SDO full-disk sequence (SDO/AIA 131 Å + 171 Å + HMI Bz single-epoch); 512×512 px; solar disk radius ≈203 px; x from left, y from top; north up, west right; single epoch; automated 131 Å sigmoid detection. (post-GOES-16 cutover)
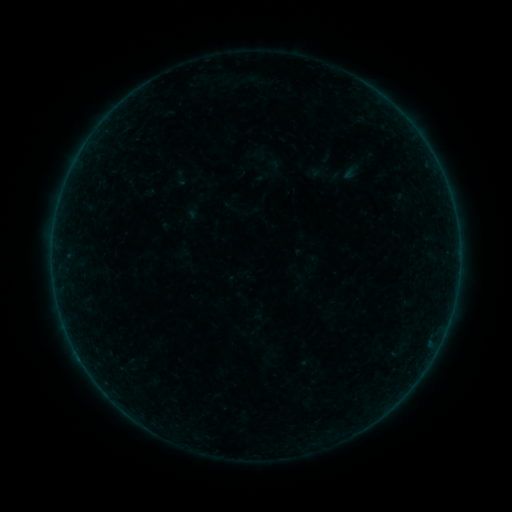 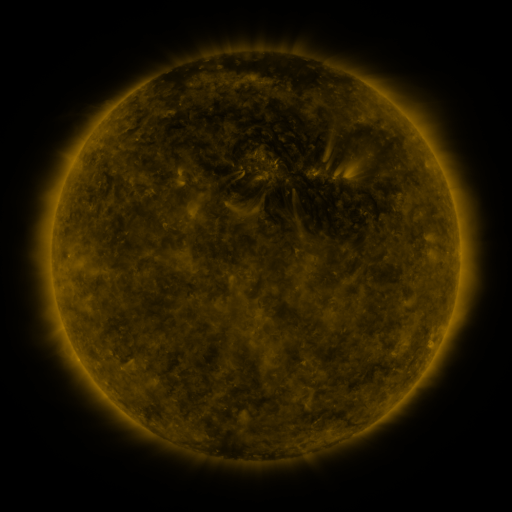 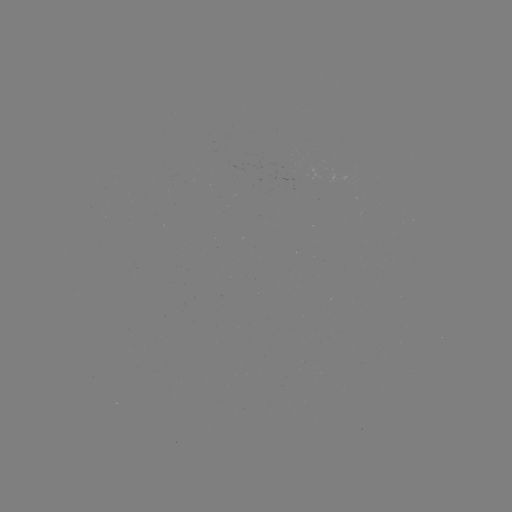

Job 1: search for sigmoid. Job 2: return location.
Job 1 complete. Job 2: [181, 177].